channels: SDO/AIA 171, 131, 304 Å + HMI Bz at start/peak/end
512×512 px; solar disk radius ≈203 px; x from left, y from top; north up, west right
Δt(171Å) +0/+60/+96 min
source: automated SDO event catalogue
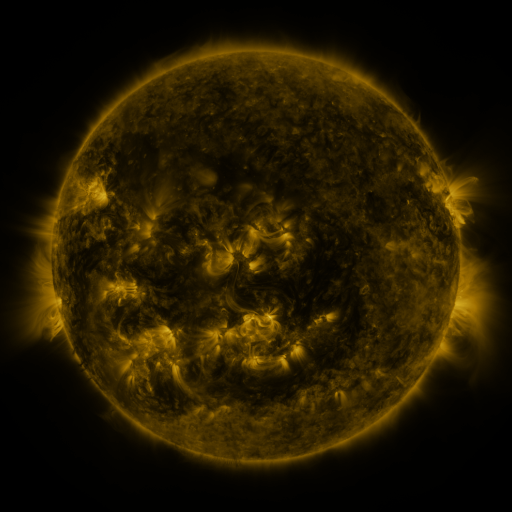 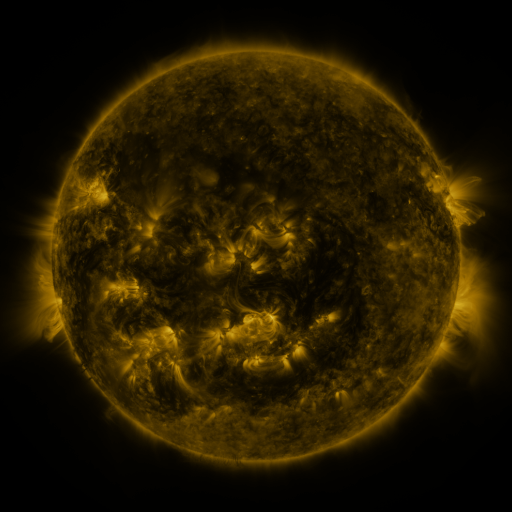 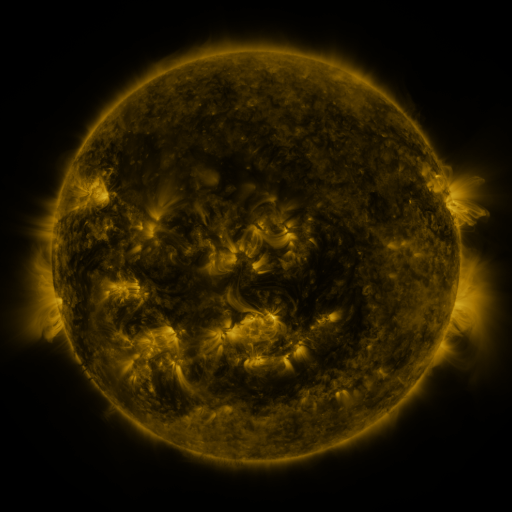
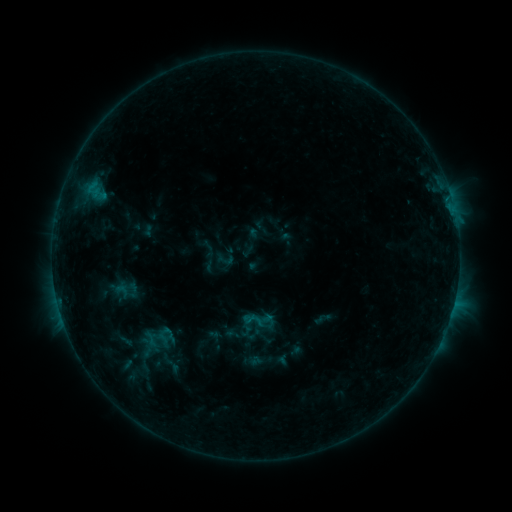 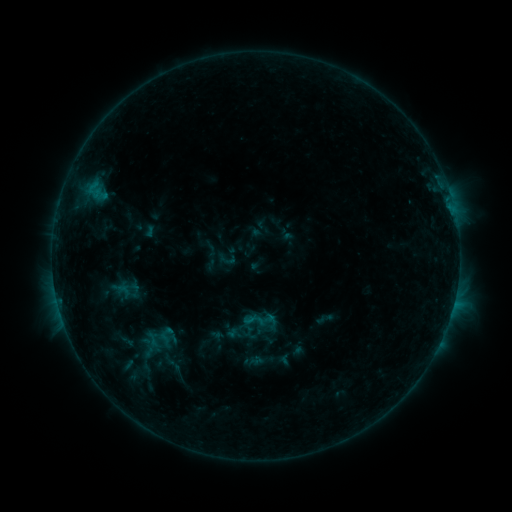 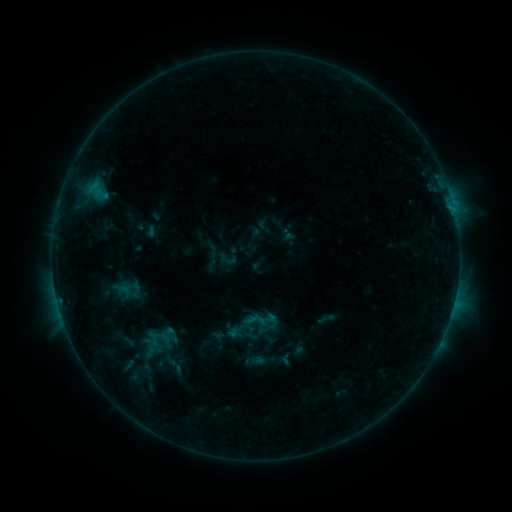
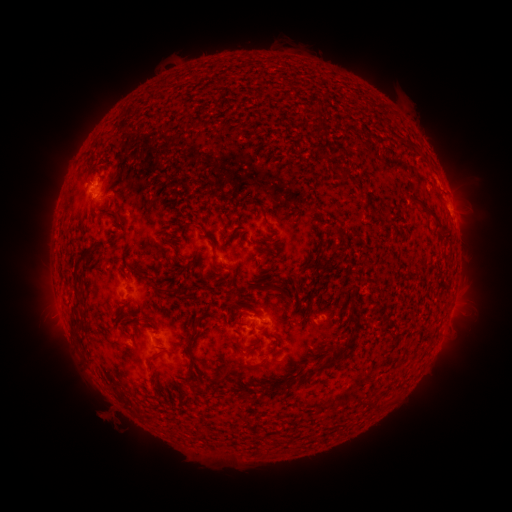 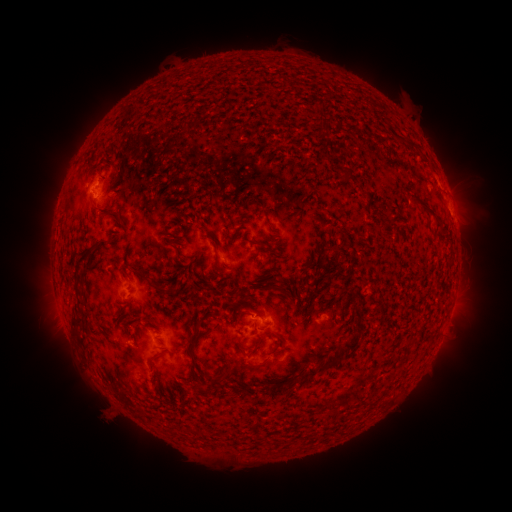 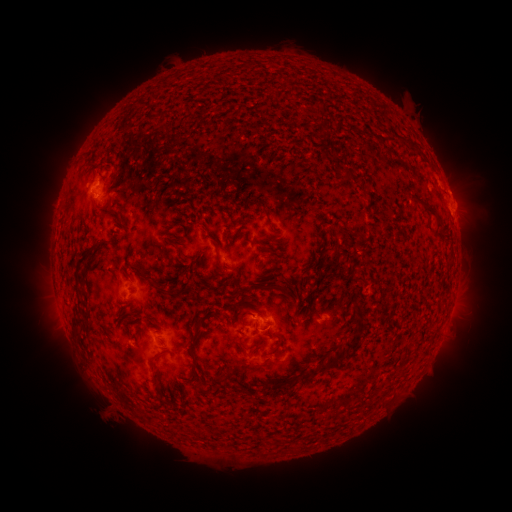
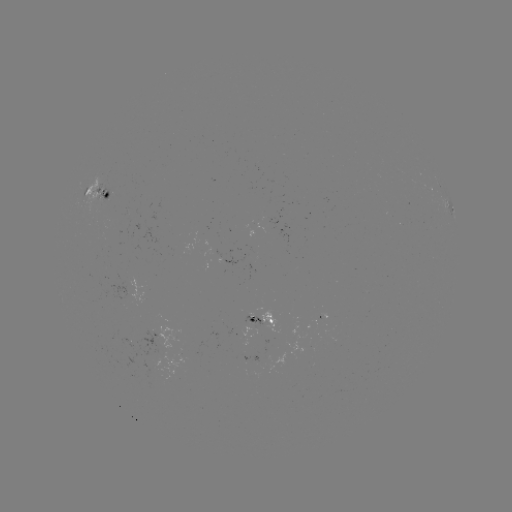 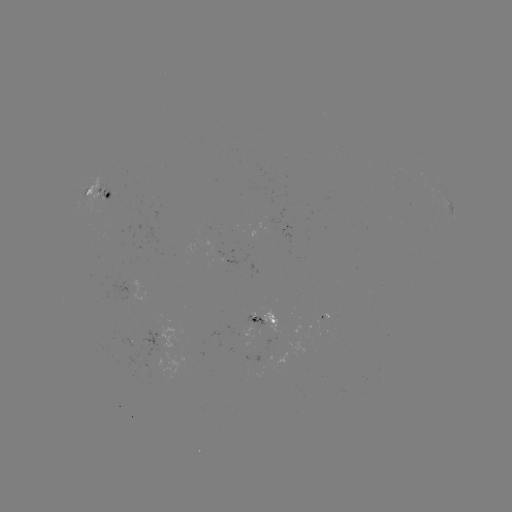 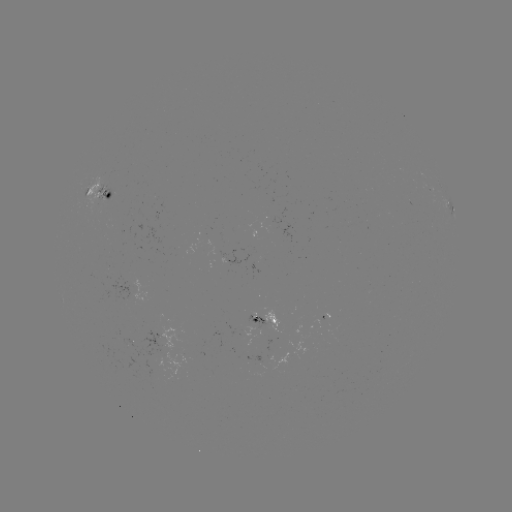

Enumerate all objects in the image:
emerging-flux region: (216, 247)
